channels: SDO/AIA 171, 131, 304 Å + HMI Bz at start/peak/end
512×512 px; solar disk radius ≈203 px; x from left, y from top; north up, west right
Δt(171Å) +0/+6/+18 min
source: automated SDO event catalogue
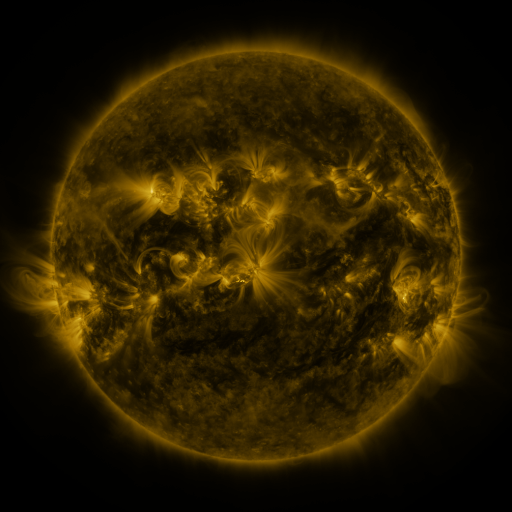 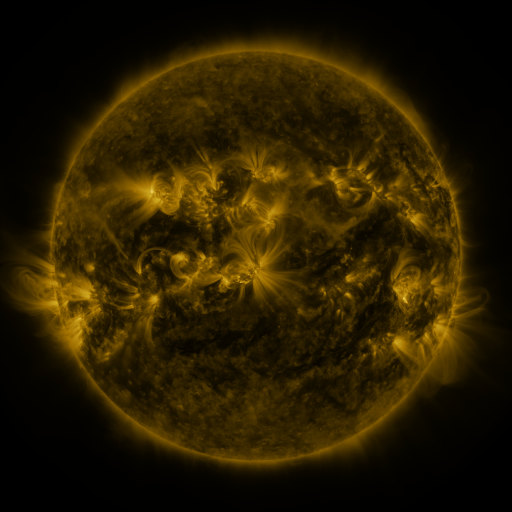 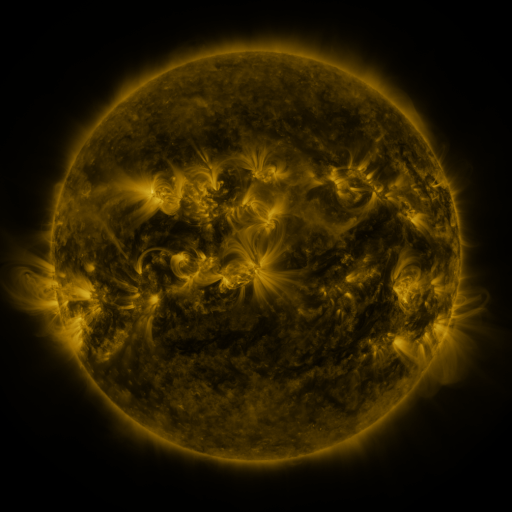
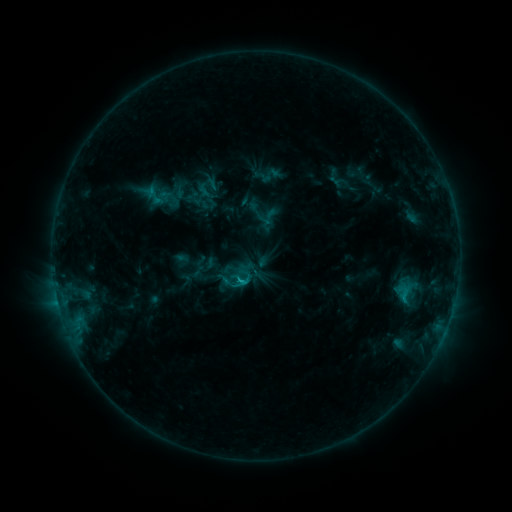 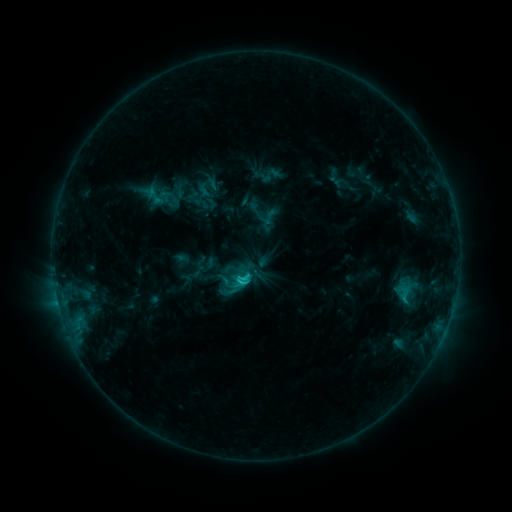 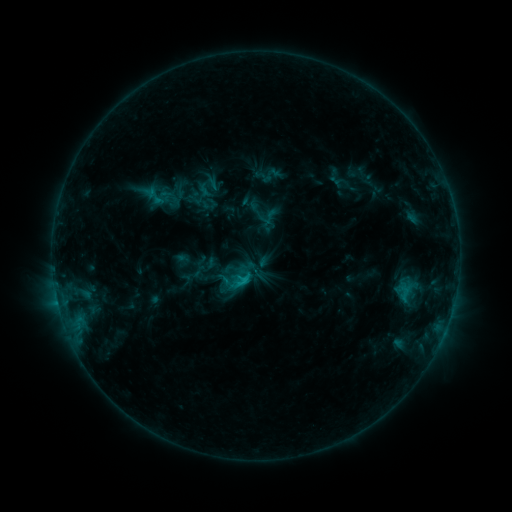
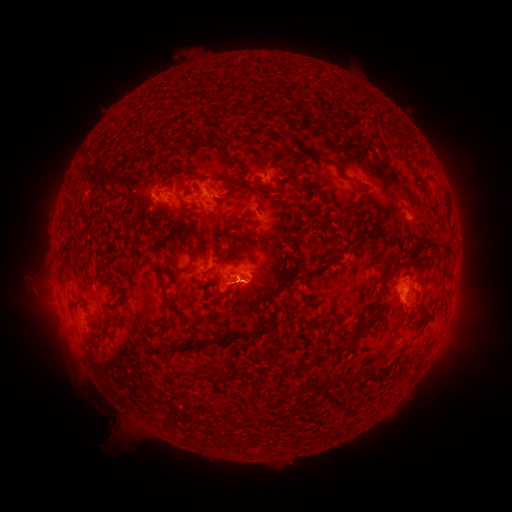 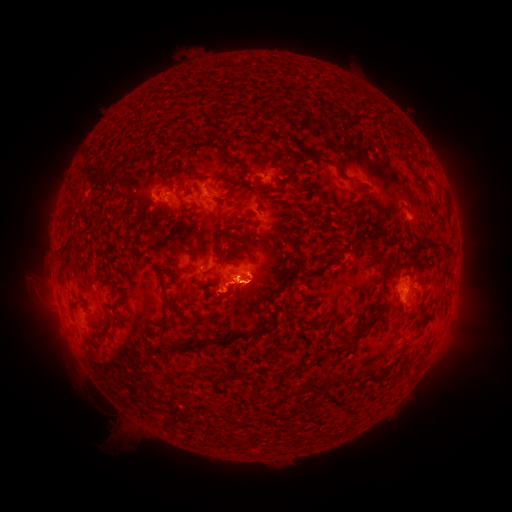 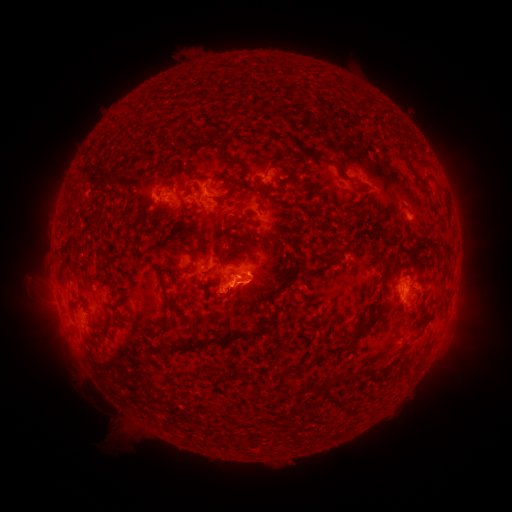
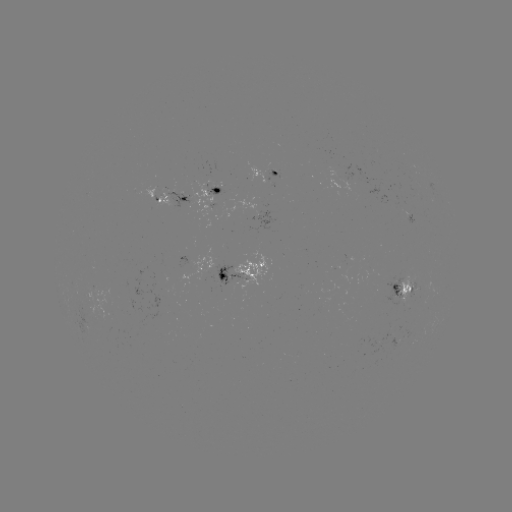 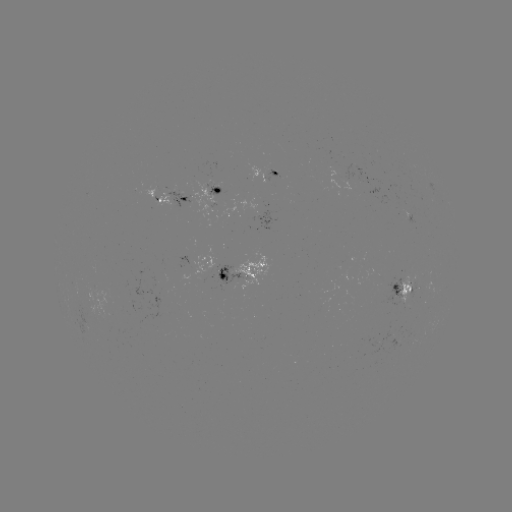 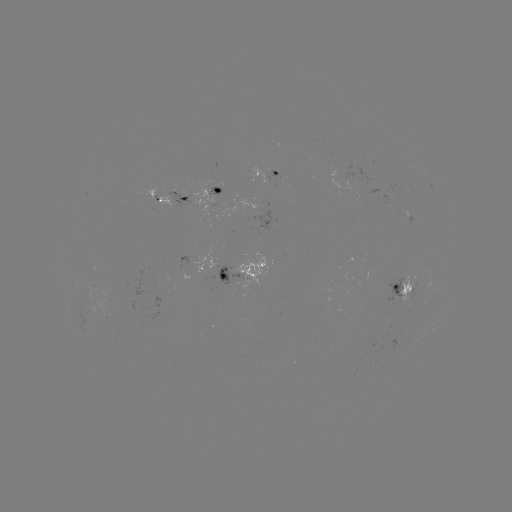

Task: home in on C1.9 flare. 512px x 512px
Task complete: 242,283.